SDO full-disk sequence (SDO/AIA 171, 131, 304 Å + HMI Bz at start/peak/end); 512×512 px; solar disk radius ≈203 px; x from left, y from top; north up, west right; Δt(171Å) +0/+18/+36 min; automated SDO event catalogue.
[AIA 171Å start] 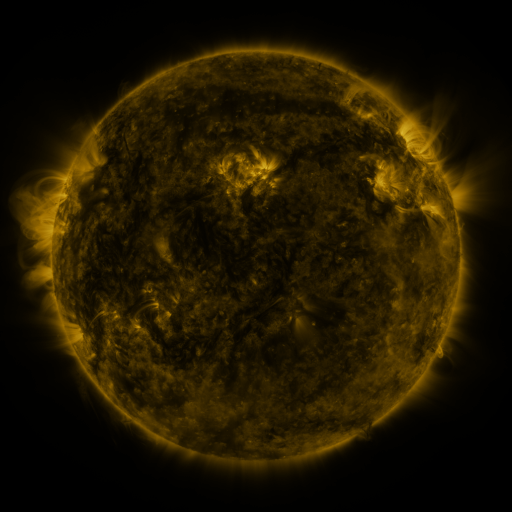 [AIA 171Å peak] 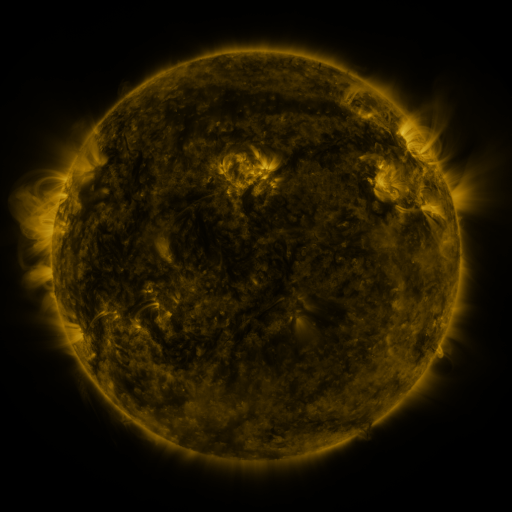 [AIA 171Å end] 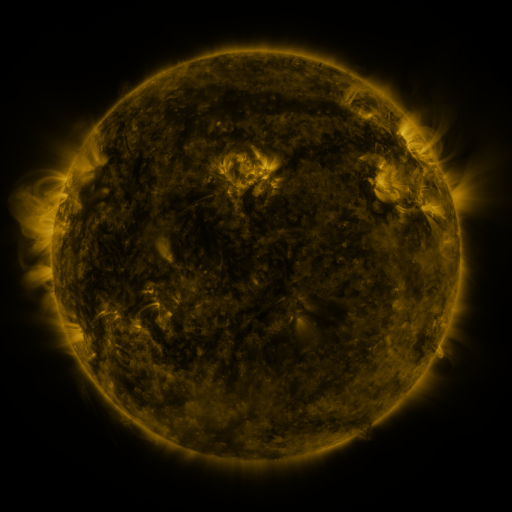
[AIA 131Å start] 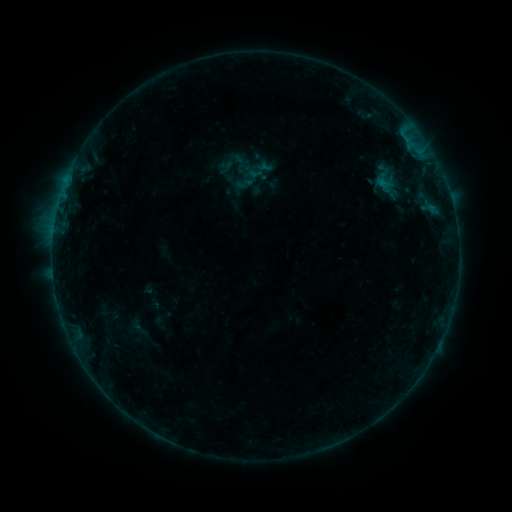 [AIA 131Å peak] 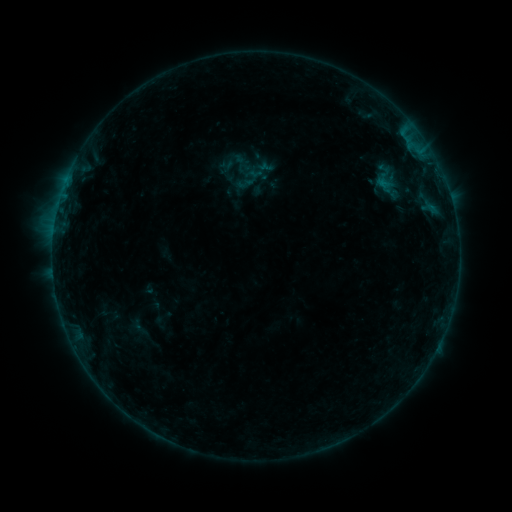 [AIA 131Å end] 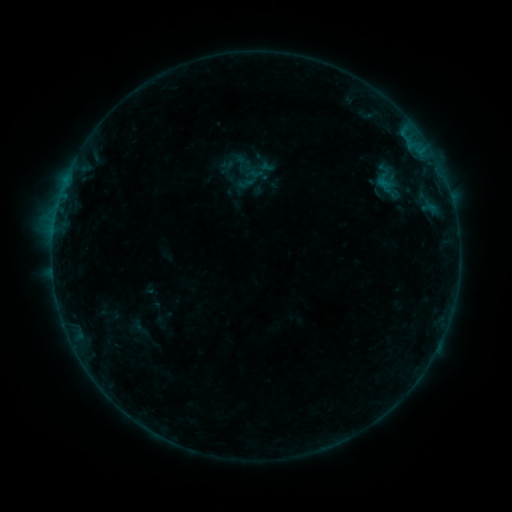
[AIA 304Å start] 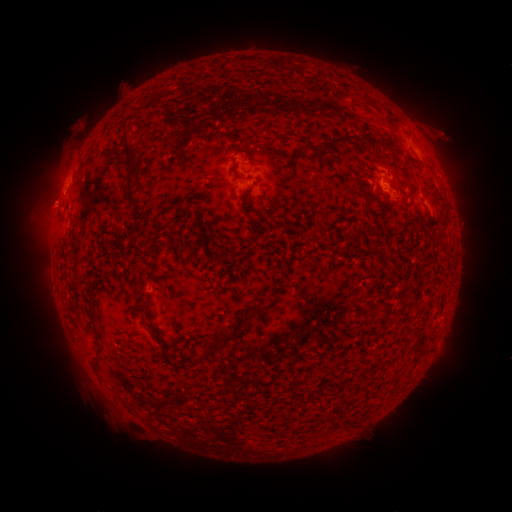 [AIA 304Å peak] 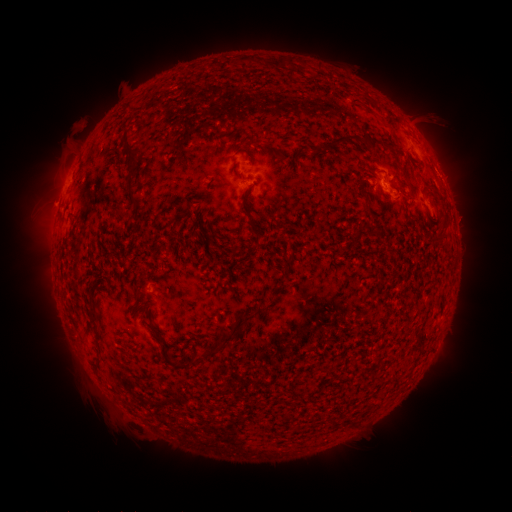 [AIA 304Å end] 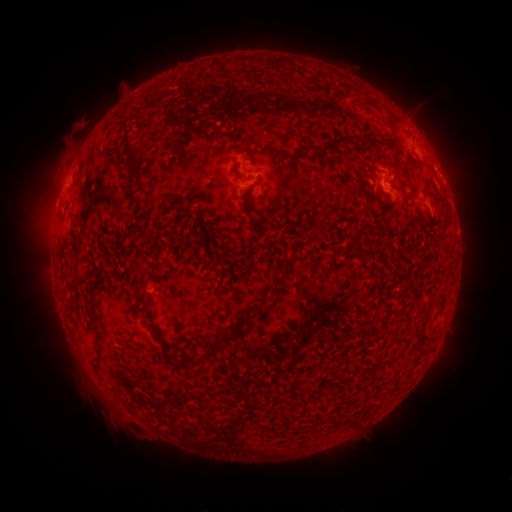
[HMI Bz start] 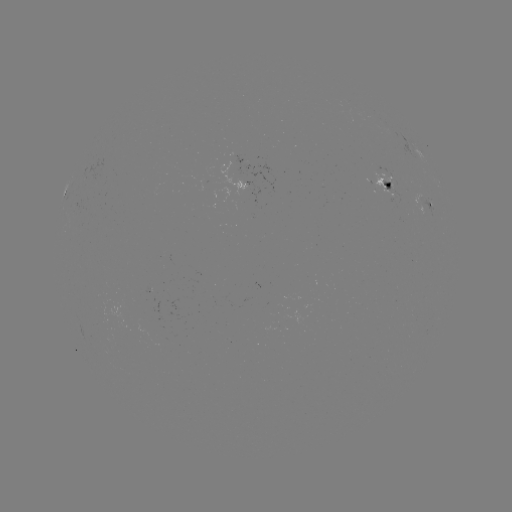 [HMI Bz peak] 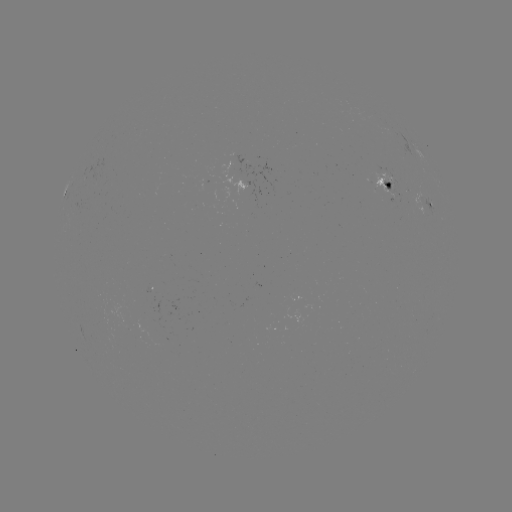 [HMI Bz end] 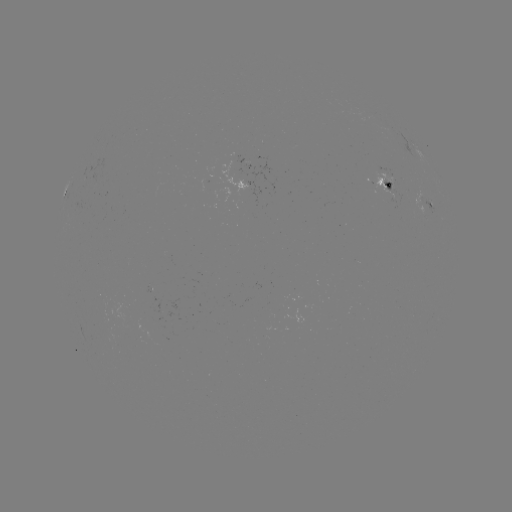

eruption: [409, 93, 473, 163]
